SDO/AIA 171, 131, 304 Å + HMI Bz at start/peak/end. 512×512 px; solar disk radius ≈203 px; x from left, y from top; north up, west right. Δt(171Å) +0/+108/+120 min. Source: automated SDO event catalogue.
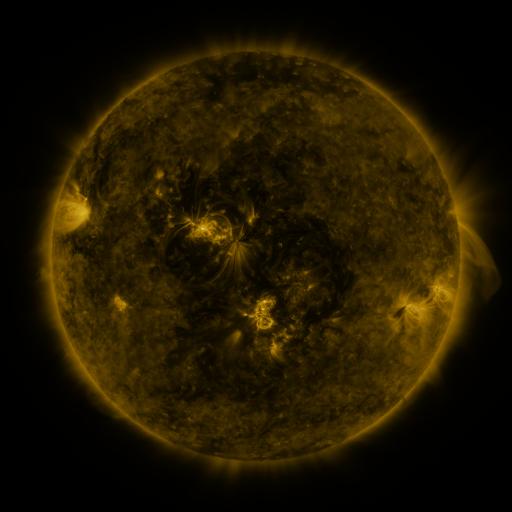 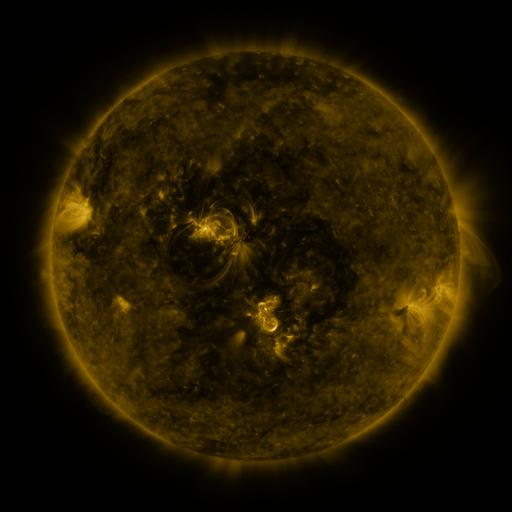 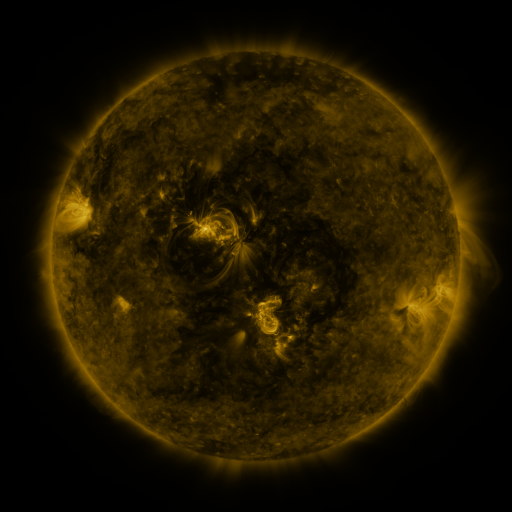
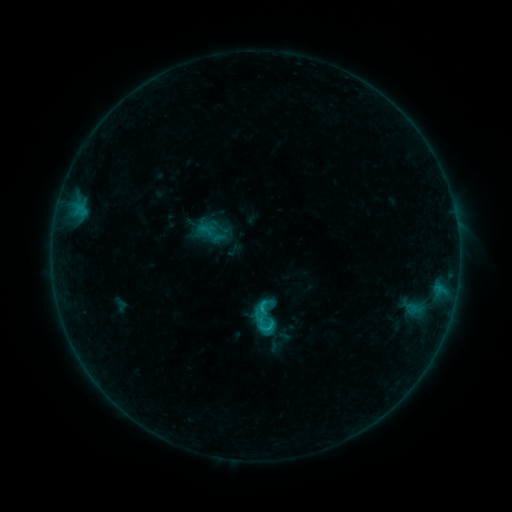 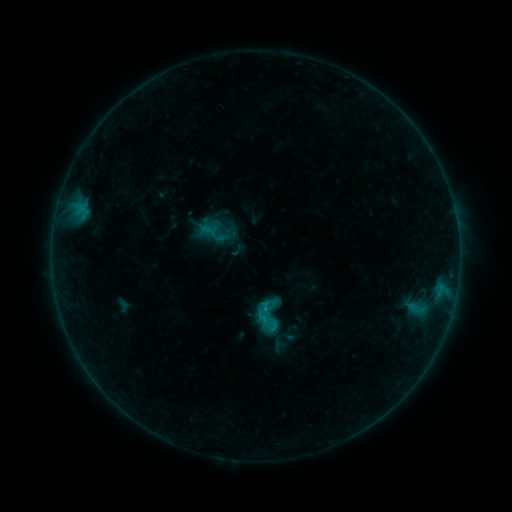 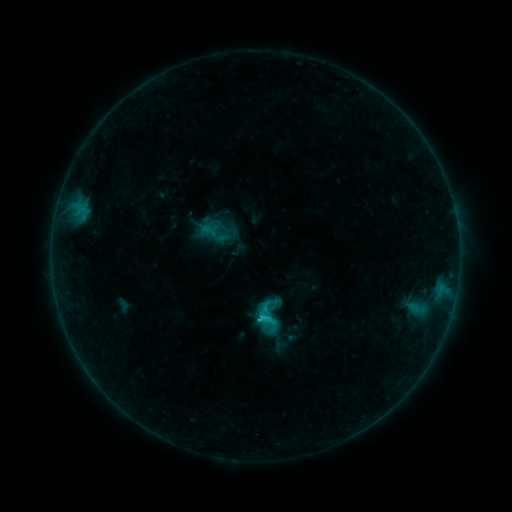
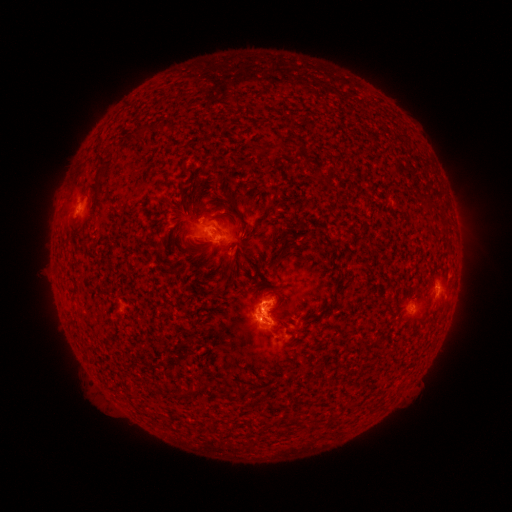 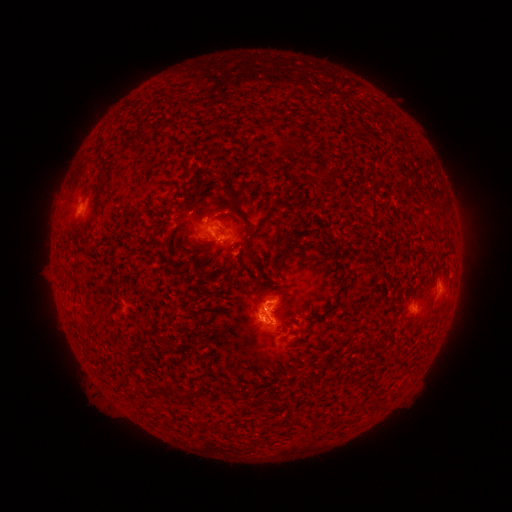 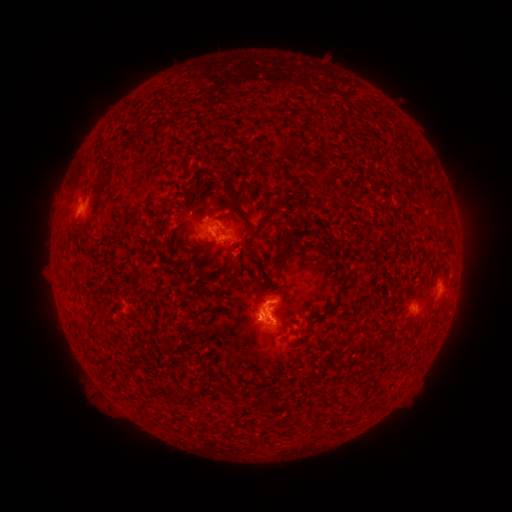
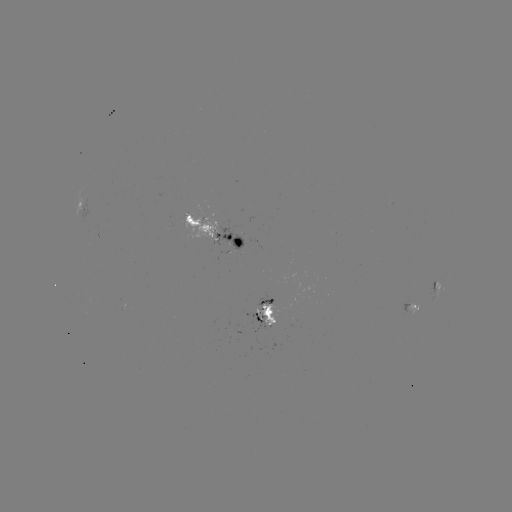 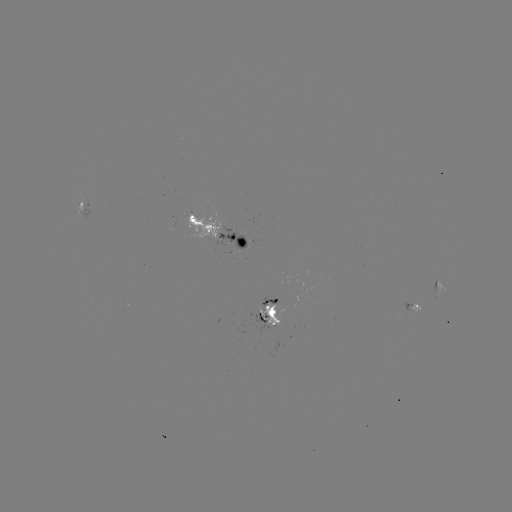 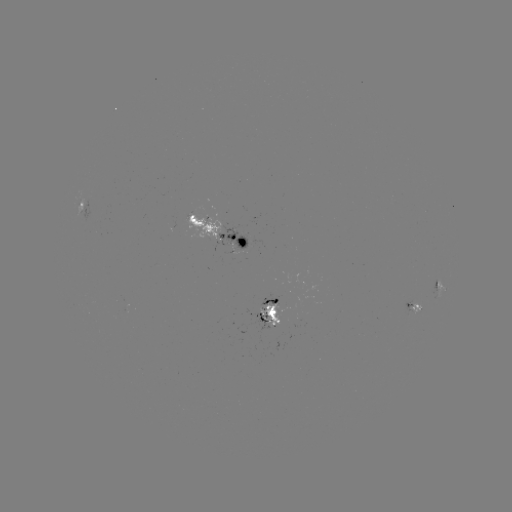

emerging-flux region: (214, 226, 247, 249)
